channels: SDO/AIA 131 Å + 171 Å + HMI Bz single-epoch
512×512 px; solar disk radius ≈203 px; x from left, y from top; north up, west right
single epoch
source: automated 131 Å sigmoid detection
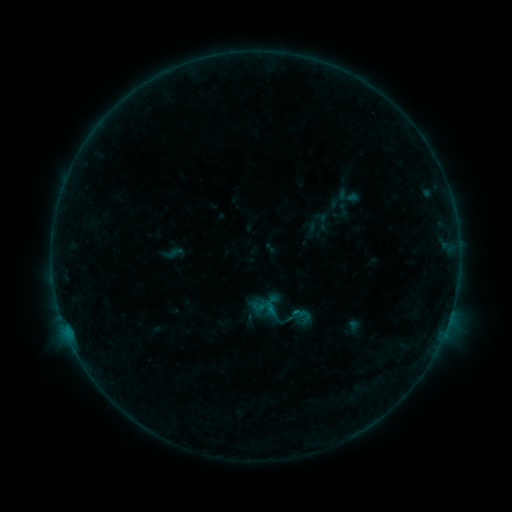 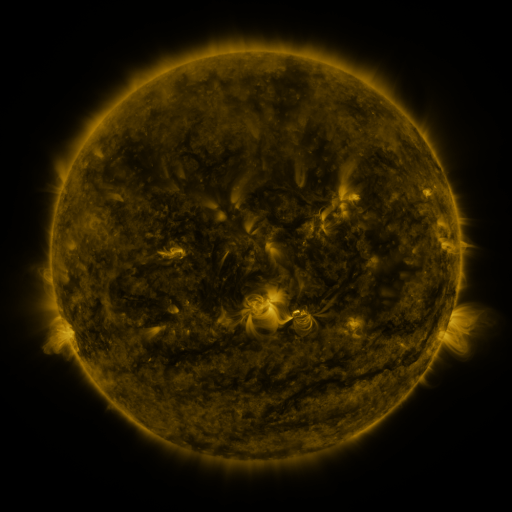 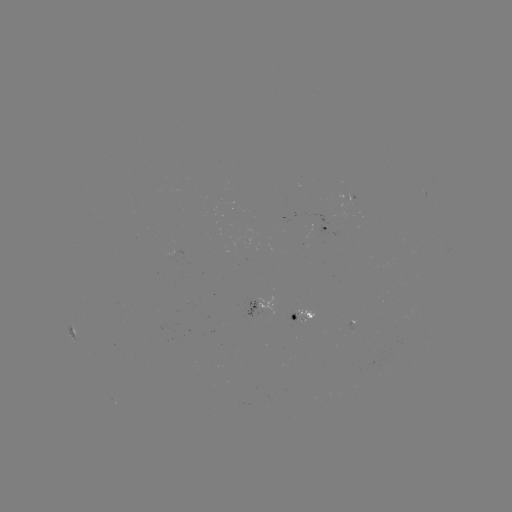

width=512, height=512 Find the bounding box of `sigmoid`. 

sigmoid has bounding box [332, 184, 364, 208].